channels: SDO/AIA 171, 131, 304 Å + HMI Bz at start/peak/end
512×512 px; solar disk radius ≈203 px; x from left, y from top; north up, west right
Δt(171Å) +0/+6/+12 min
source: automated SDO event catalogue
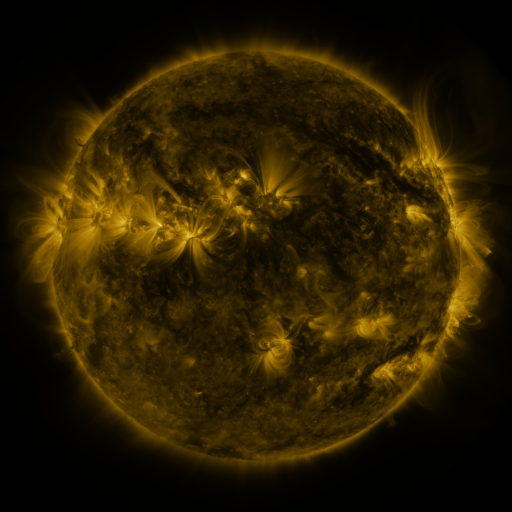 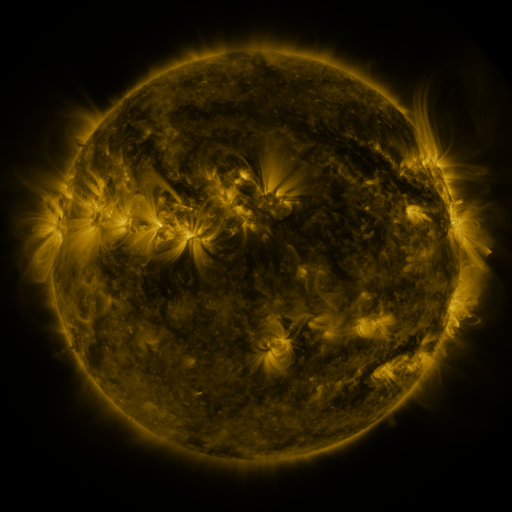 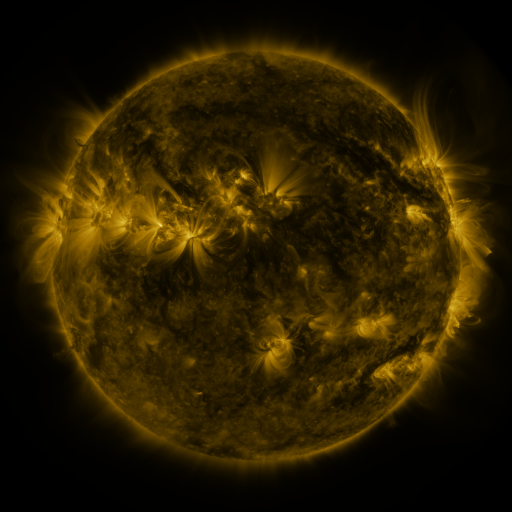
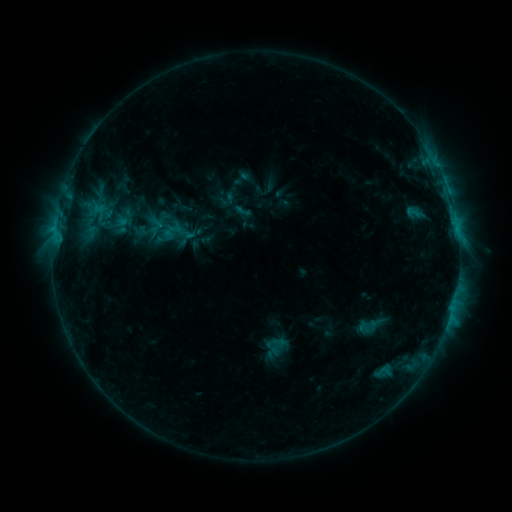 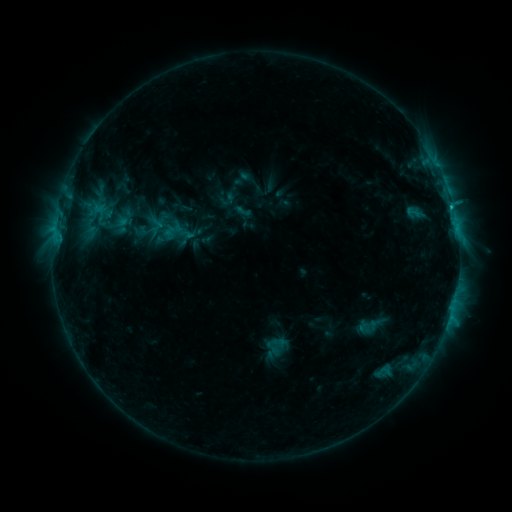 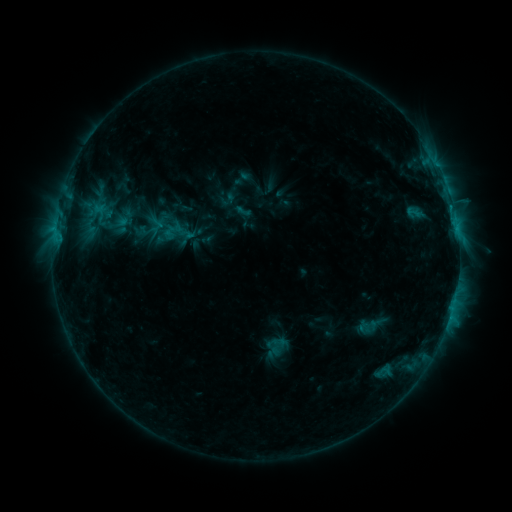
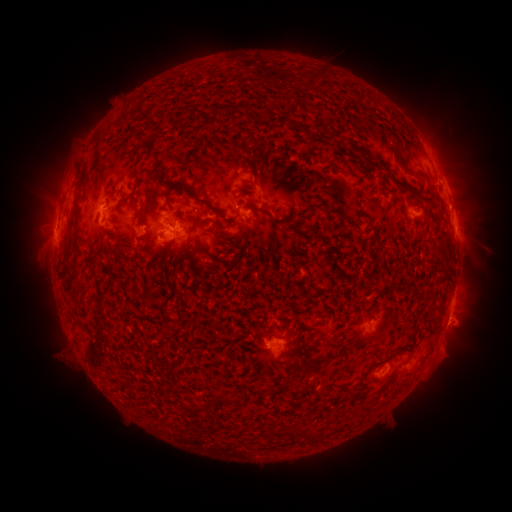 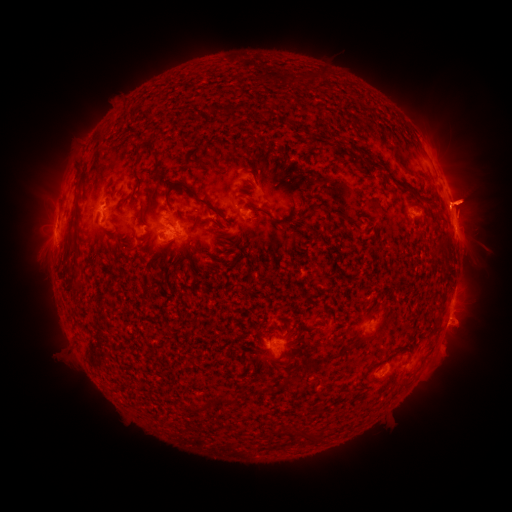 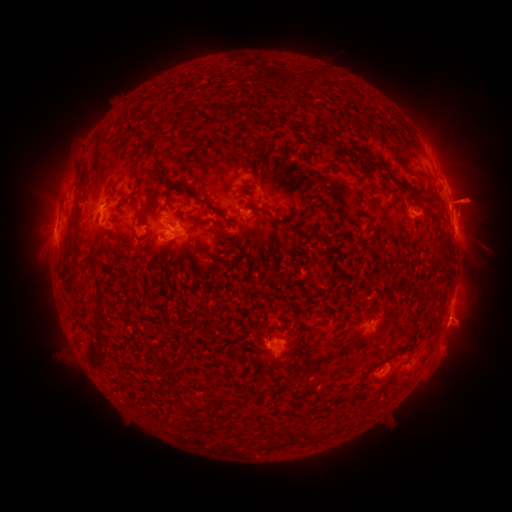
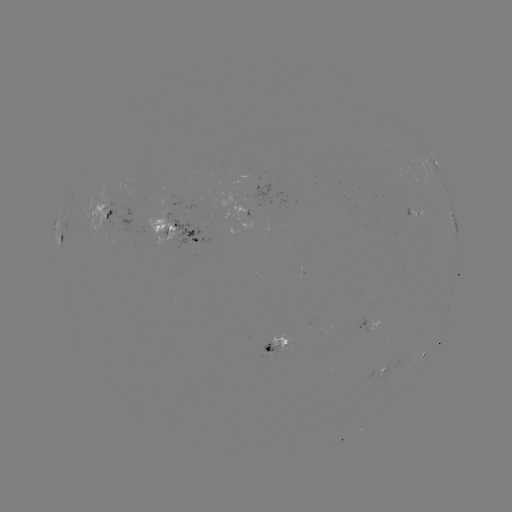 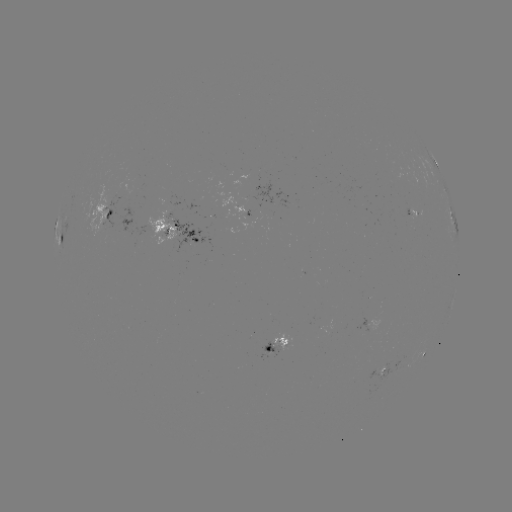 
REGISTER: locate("eruption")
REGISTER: (39, 201)